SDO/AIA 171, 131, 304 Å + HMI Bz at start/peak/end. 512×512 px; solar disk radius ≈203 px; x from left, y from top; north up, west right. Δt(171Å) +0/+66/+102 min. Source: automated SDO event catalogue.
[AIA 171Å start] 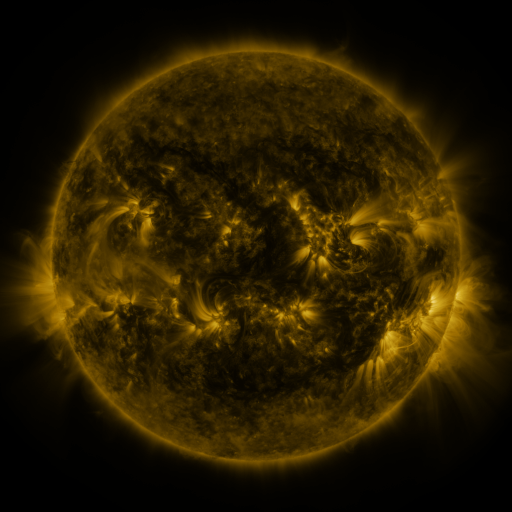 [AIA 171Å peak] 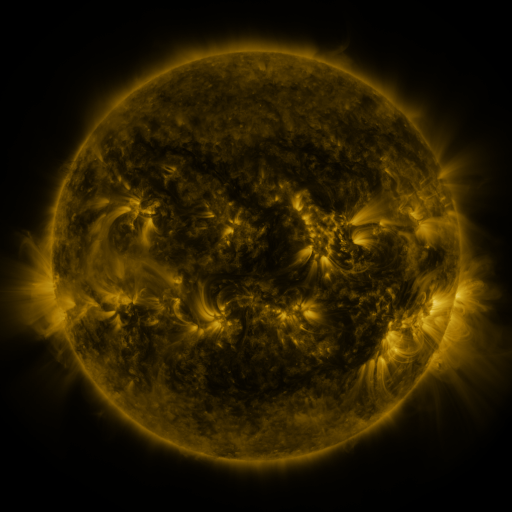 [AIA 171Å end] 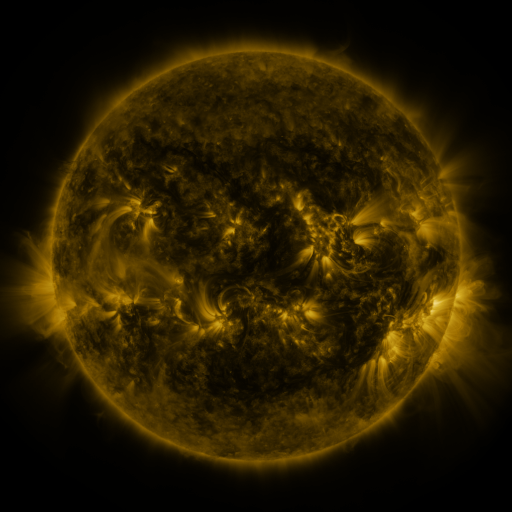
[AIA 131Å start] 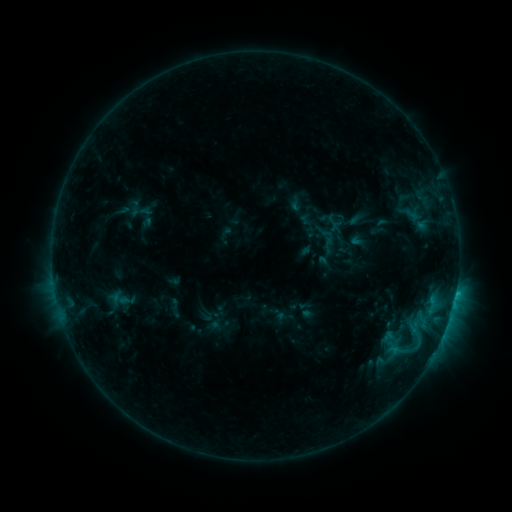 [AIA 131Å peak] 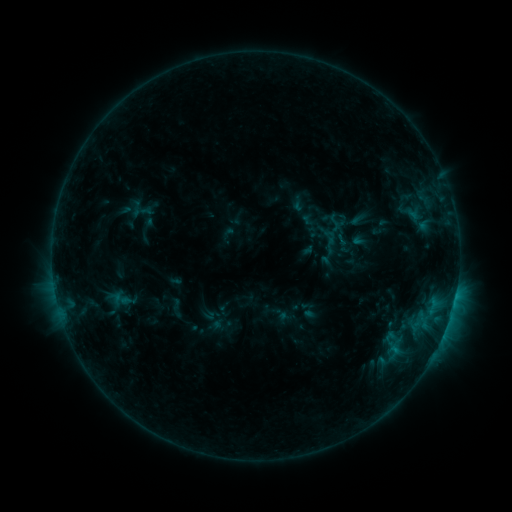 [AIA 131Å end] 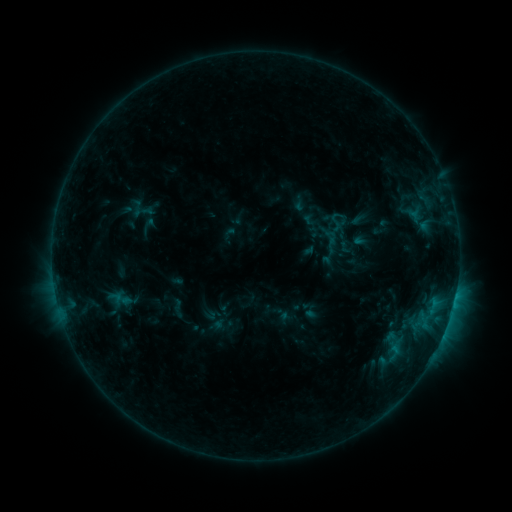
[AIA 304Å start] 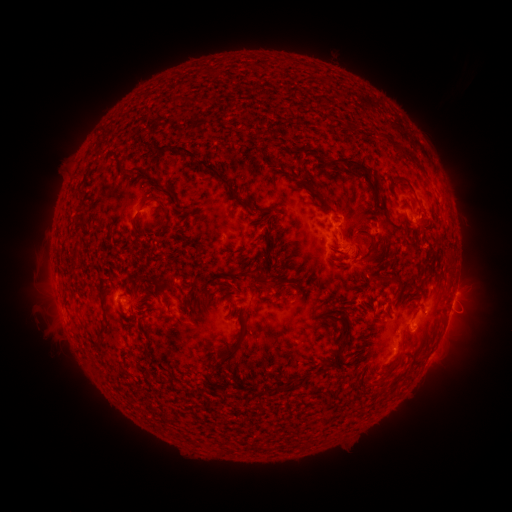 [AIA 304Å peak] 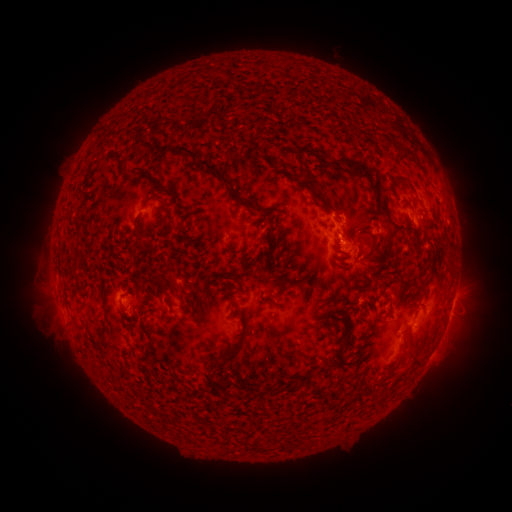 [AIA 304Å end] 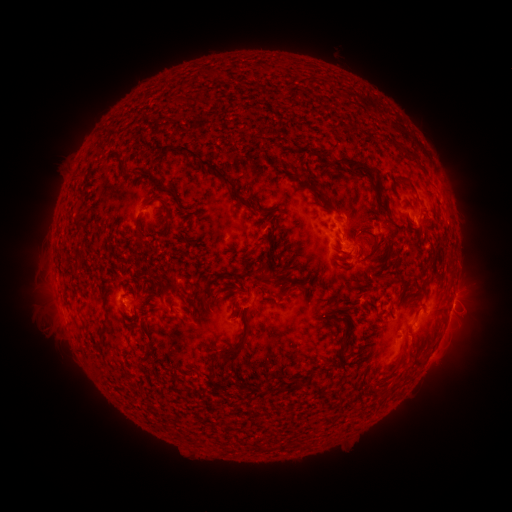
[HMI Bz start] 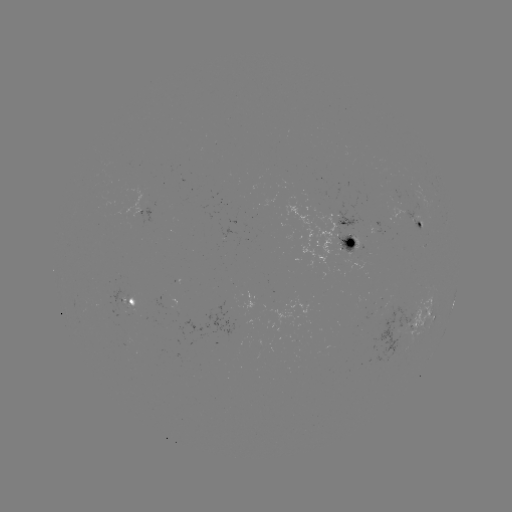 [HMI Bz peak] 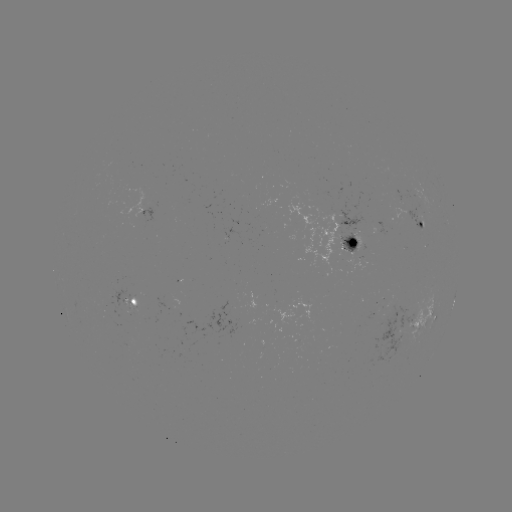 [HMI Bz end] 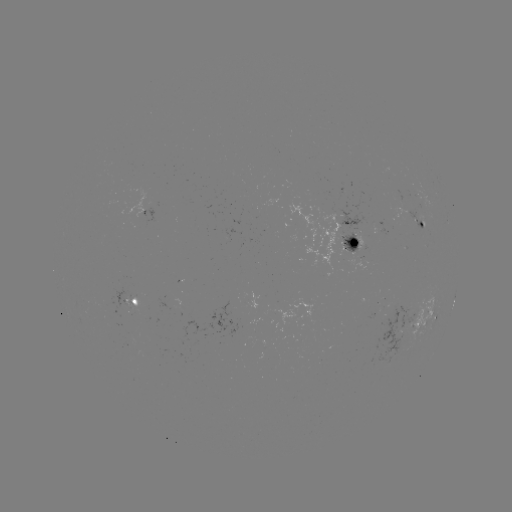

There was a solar emerging-flux region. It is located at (353, 250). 